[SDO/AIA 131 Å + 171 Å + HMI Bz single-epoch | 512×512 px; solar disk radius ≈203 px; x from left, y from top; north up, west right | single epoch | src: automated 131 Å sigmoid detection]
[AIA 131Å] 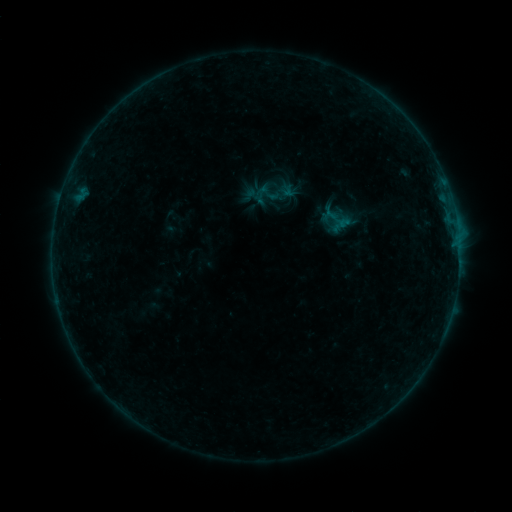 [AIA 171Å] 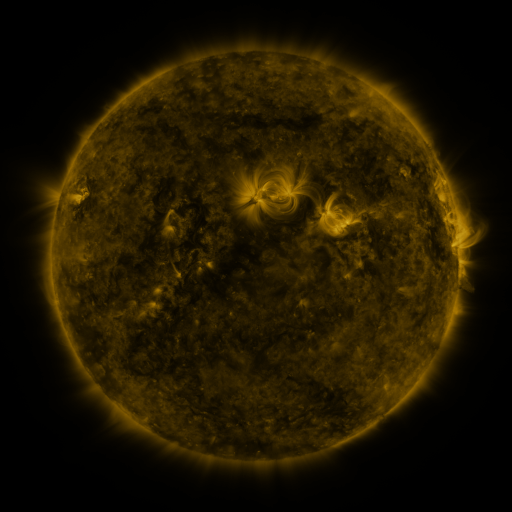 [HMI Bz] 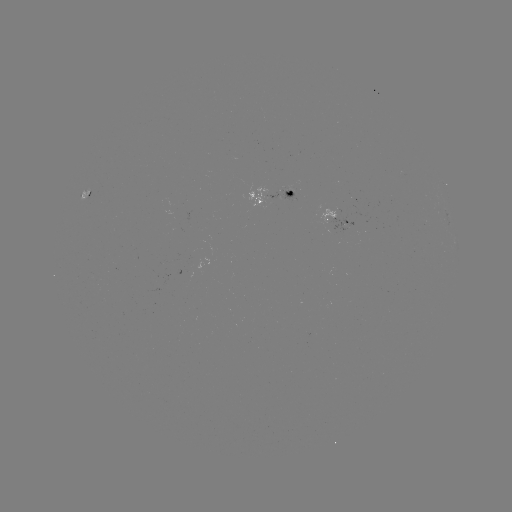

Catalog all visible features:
sigmoid: (249, 183, 273, 206)
